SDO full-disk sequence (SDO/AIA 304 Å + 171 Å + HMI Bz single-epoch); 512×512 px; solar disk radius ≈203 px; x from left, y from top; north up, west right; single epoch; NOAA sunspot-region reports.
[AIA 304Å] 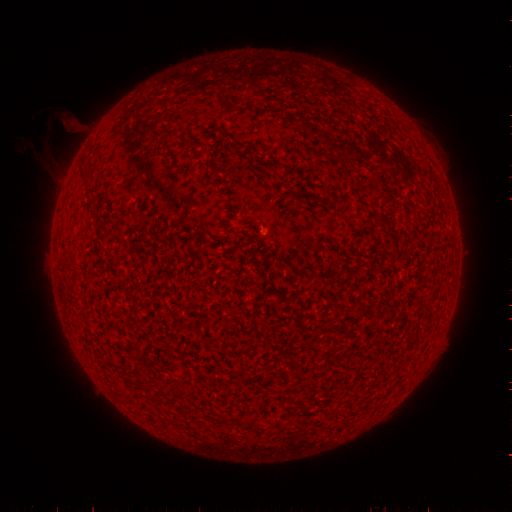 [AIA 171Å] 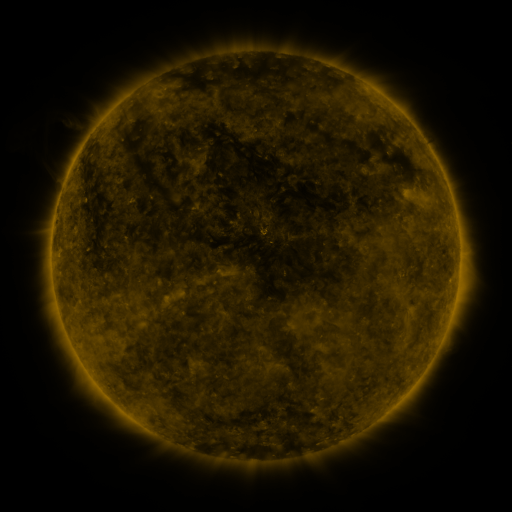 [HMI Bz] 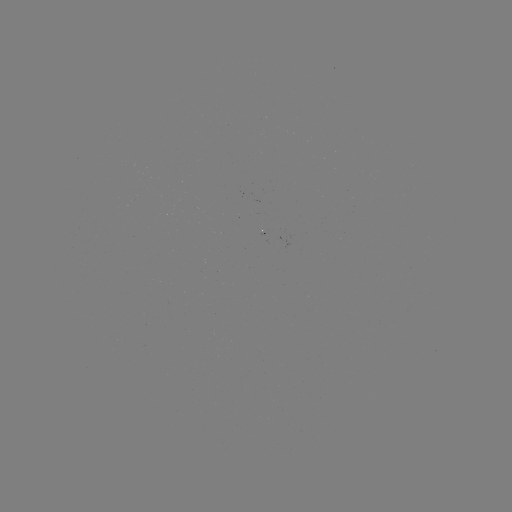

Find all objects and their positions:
(none)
